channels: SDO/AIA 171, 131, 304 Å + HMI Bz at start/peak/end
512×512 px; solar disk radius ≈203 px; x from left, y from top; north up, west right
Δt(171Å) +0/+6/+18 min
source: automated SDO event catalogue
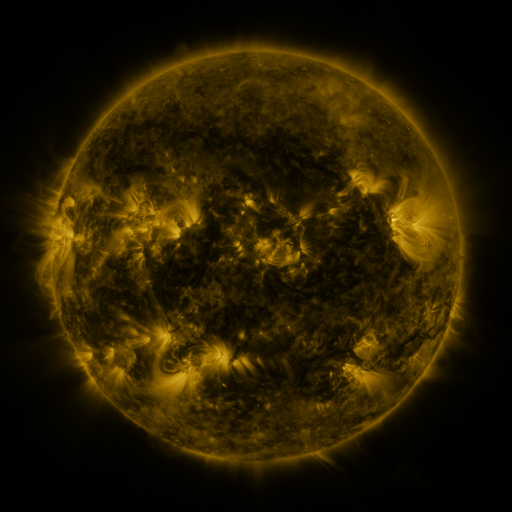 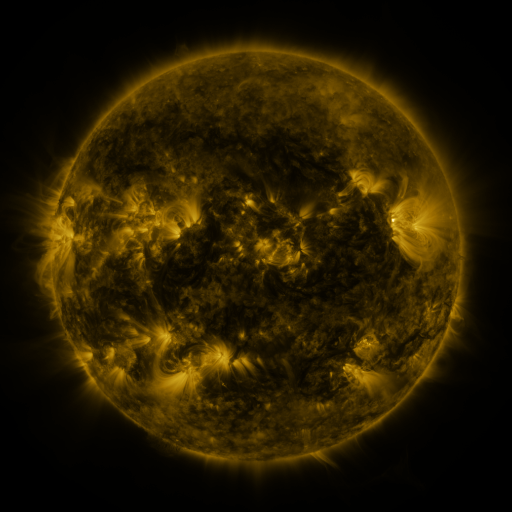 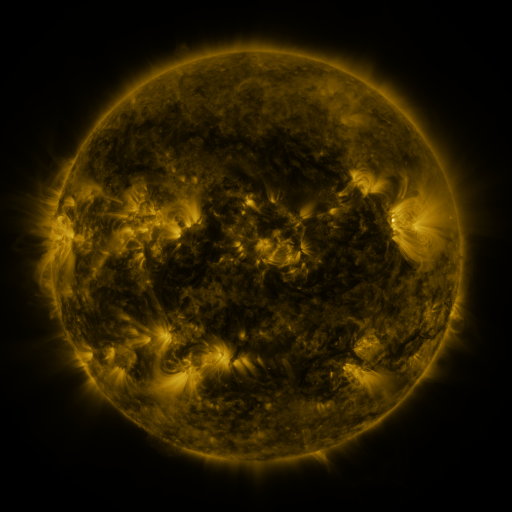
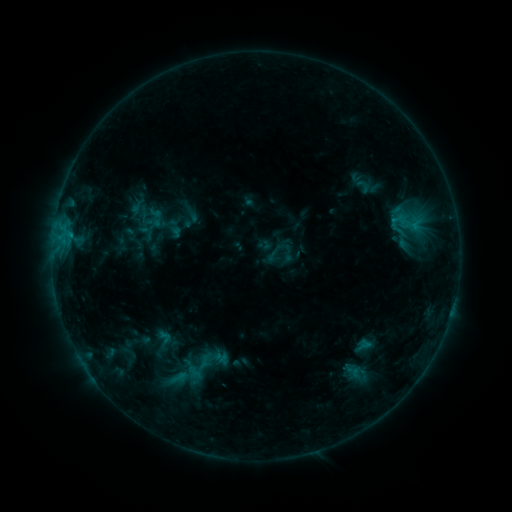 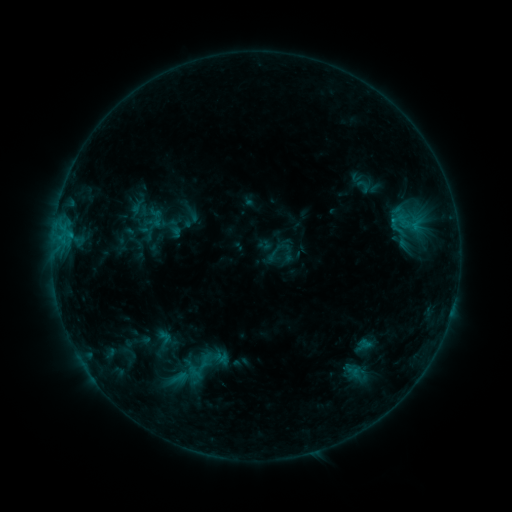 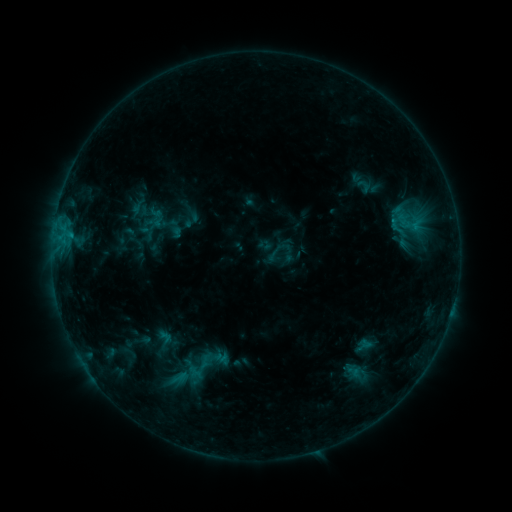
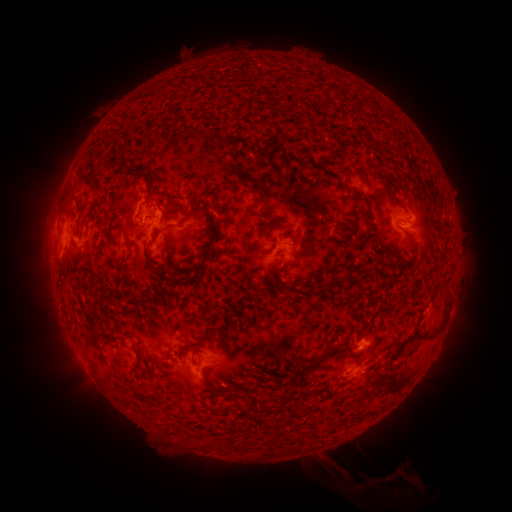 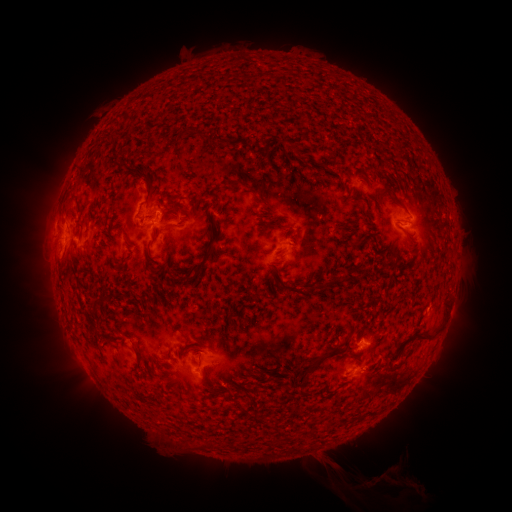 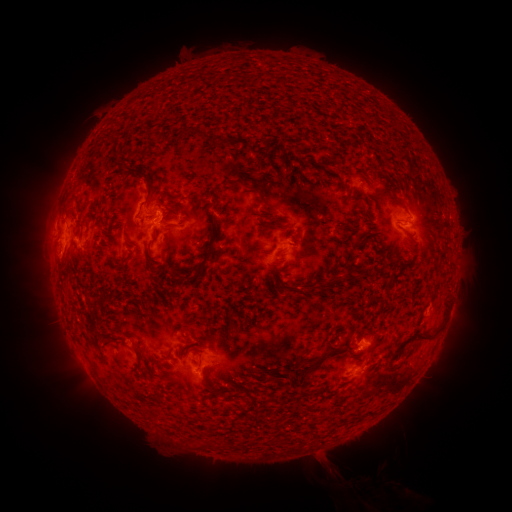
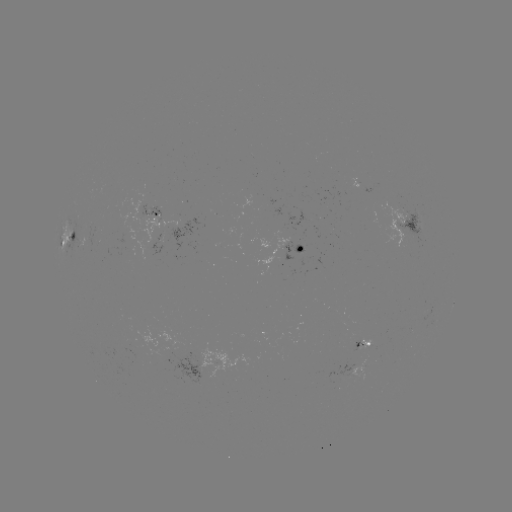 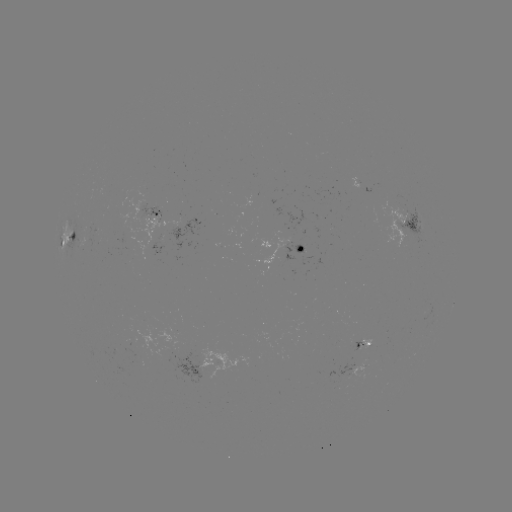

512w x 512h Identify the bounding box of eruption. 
[357, 458, 408, 494].